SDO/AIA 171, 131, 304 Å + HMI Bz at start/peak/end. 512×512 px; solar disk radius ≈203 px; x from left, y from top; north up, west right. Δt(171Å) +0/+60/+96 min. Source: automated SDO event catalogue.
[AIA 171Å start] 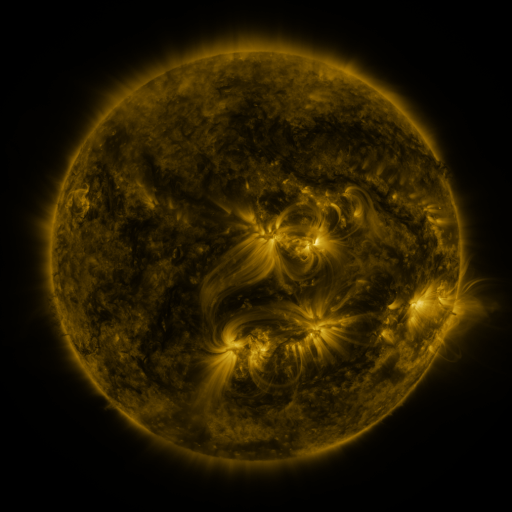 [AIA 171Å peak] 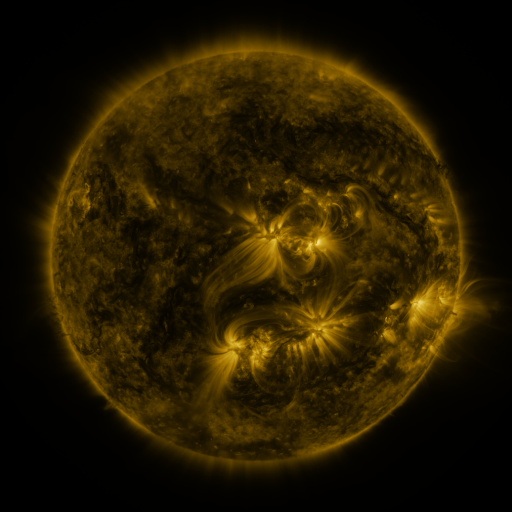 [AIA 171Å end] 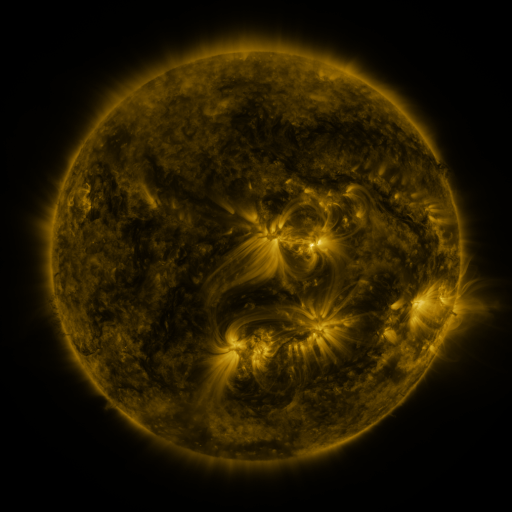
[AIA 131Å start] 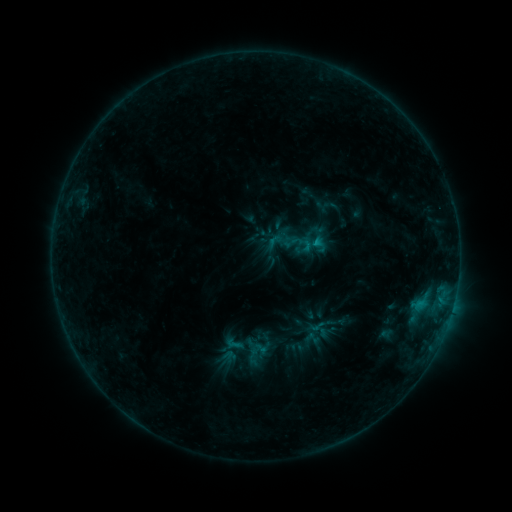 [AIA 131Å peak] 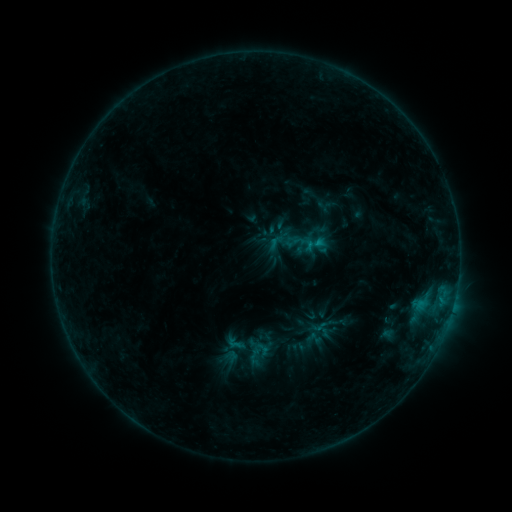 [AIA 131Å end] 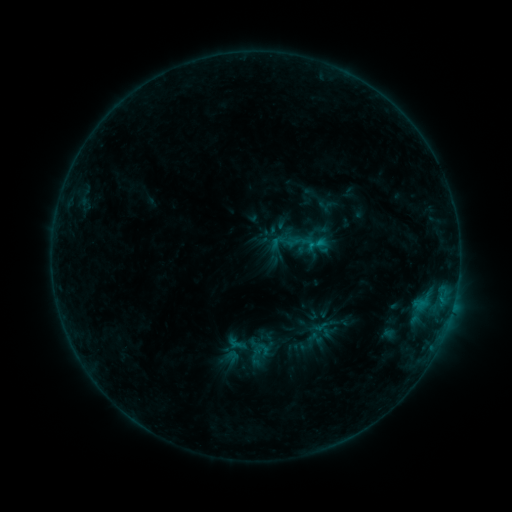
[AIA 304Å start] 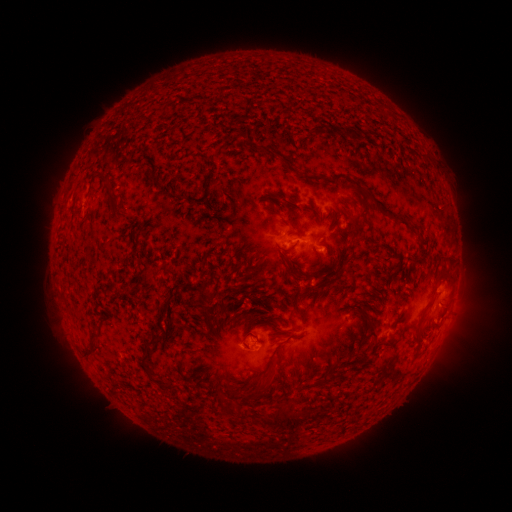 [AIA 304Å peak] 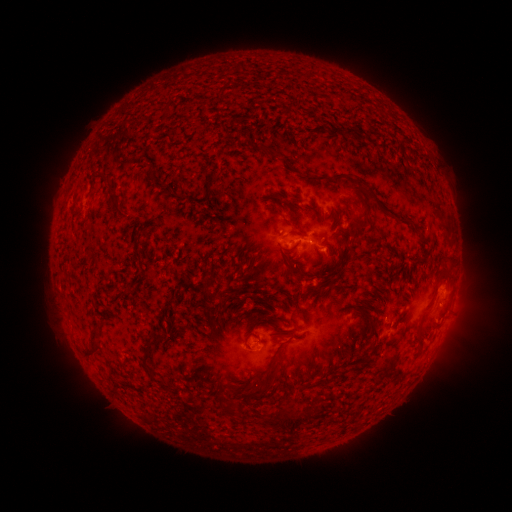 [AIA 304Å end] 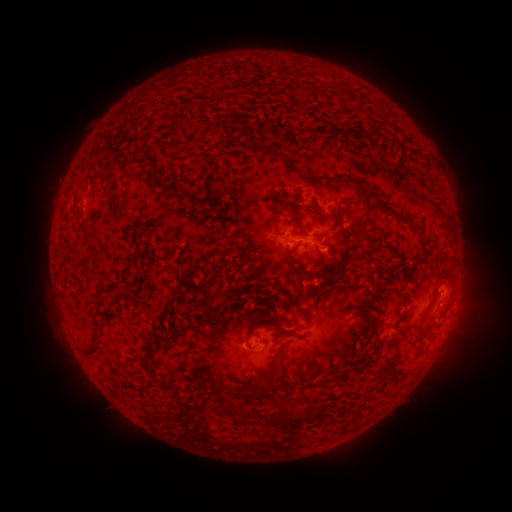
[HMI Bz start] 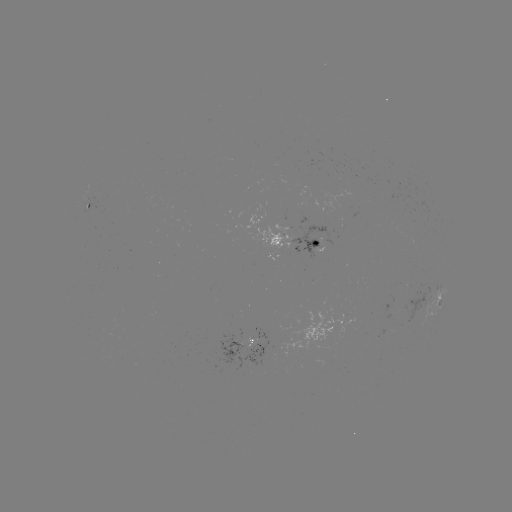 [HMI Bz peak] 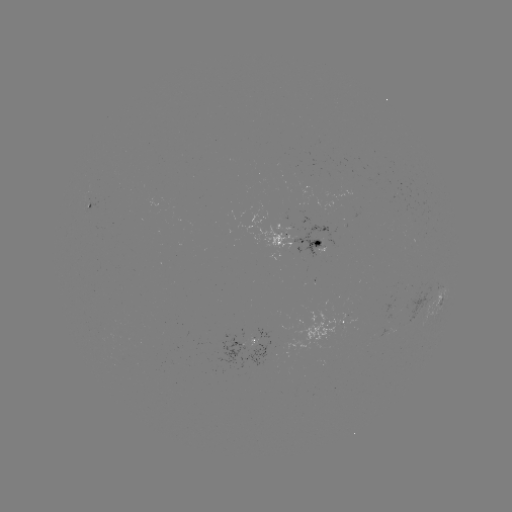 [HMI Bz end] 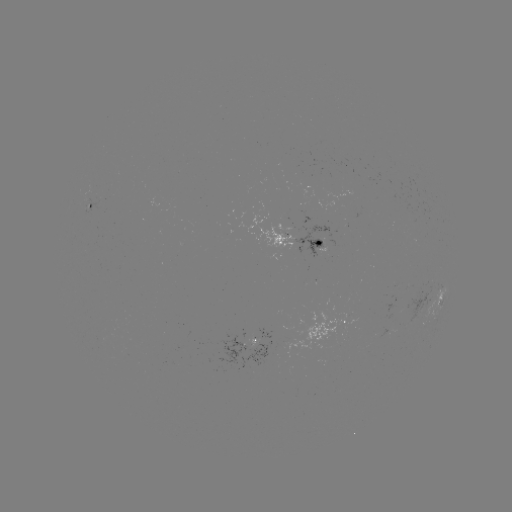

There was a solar emerging-flux region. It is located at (319, 244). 